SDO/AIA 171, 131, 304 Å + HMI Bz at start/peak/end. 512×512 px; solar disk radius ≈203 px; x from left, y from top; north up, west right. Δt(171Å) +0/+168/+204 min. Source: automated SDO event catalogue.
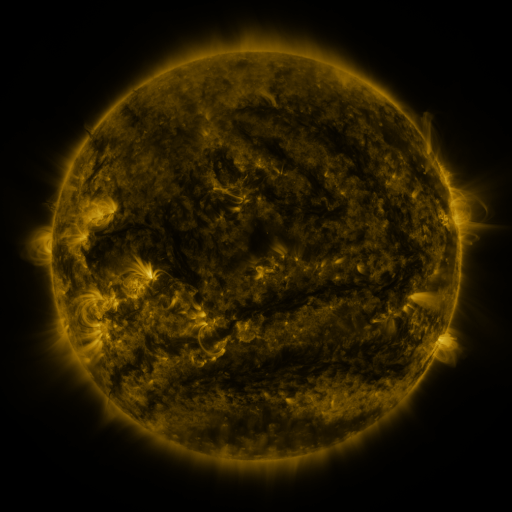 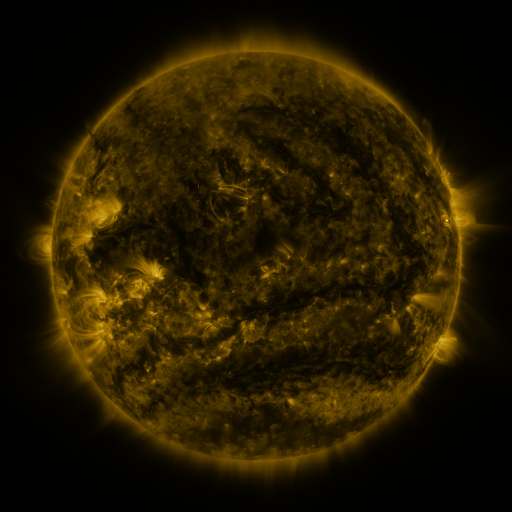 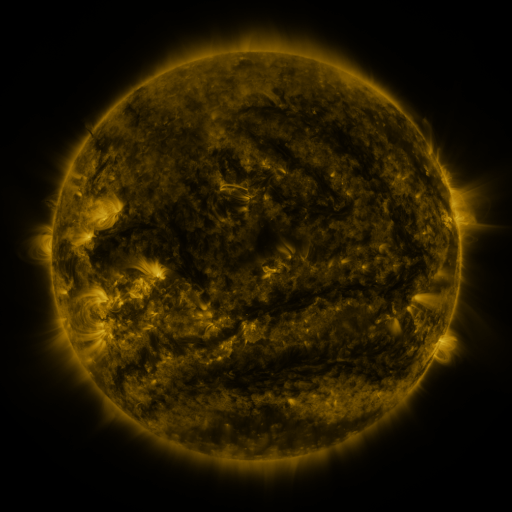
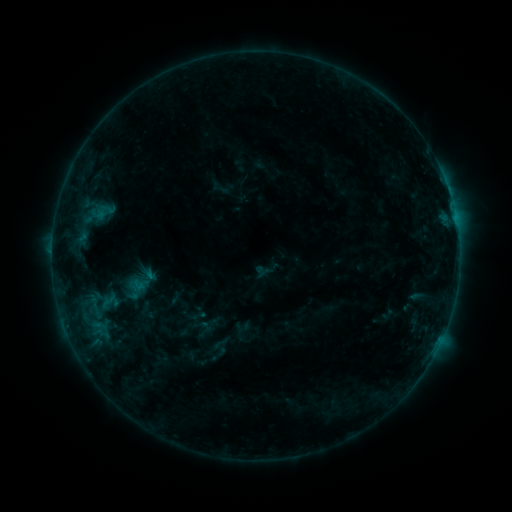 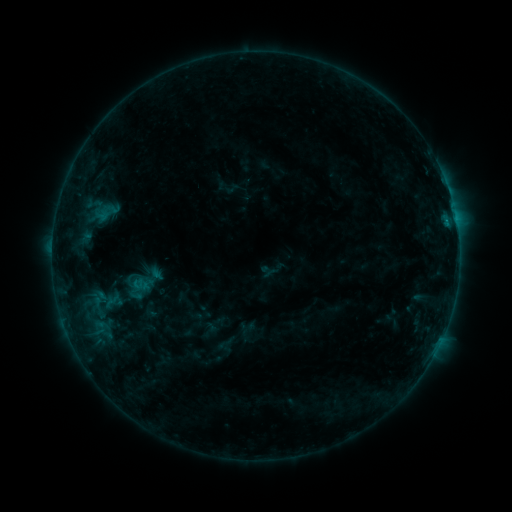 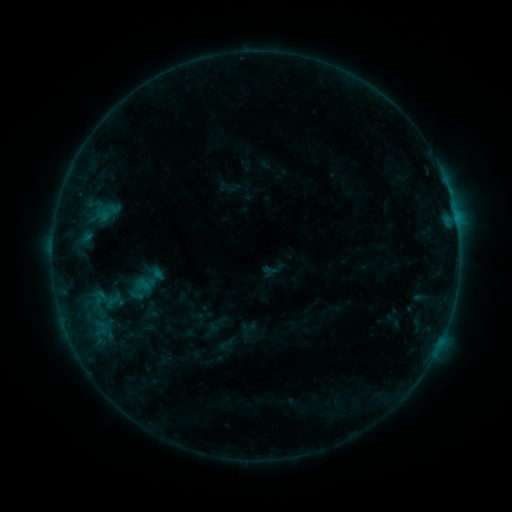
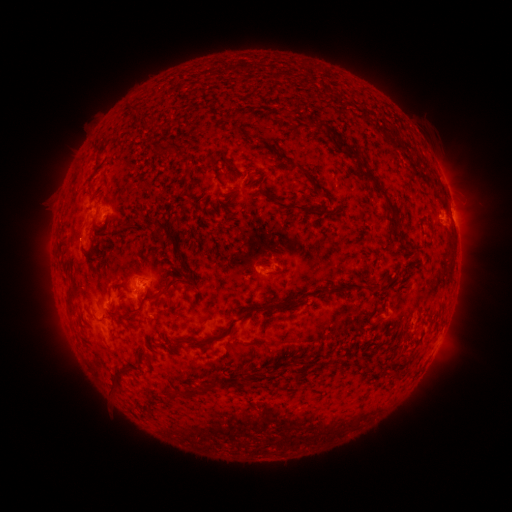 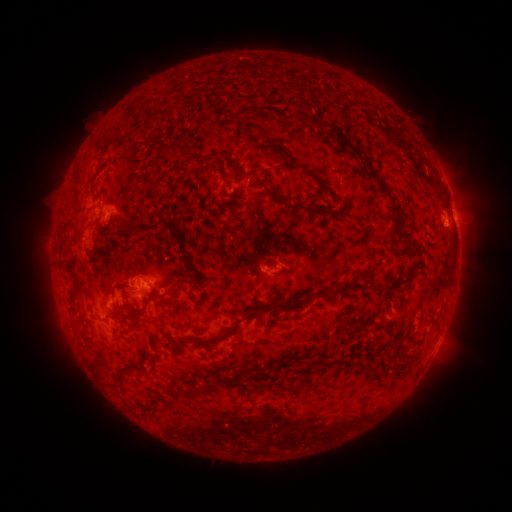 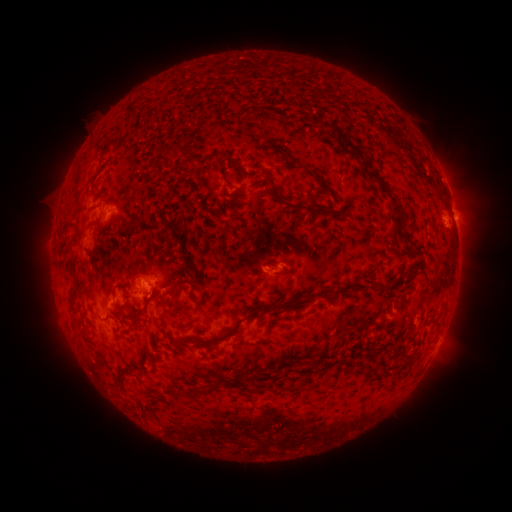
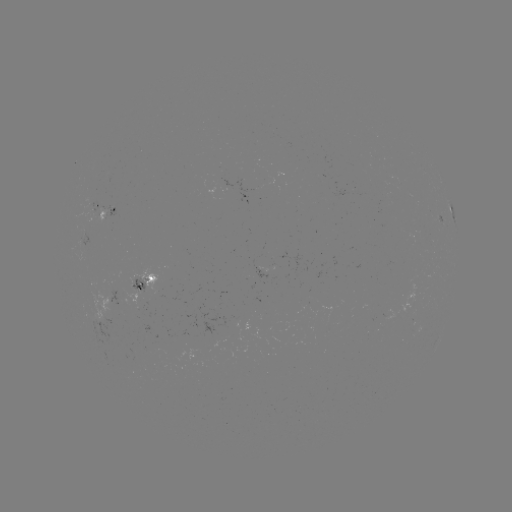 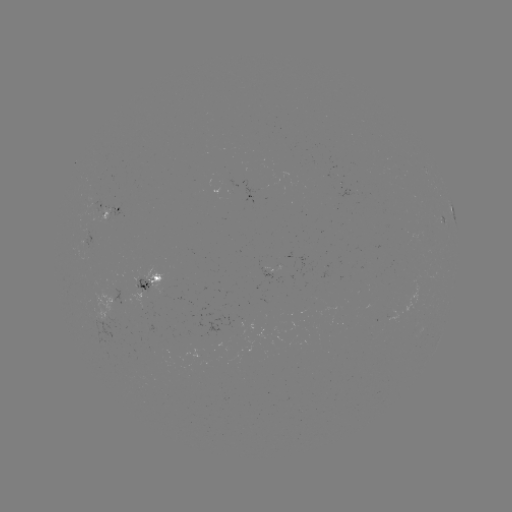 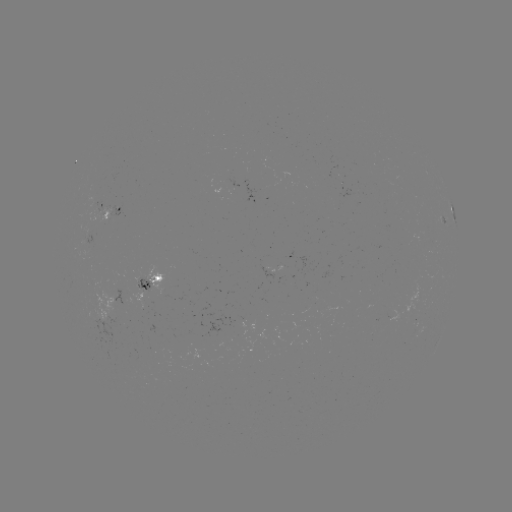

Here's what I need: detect emerging-flux region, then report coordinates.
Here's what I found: emerging-flux region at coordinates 139,285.